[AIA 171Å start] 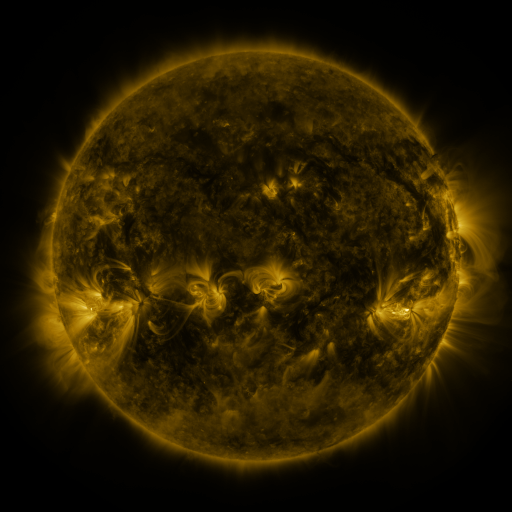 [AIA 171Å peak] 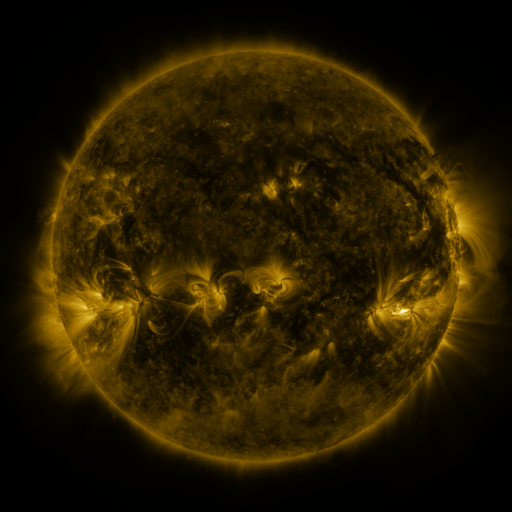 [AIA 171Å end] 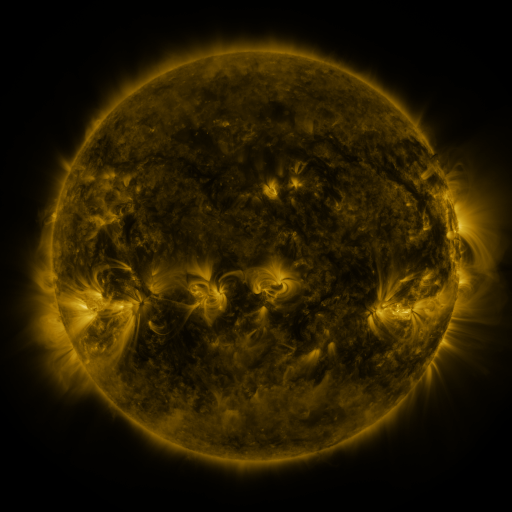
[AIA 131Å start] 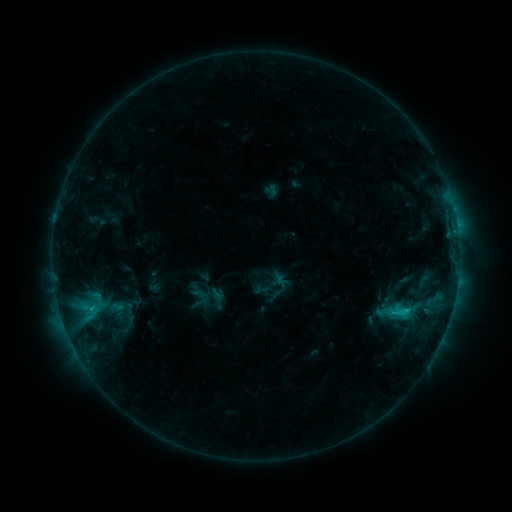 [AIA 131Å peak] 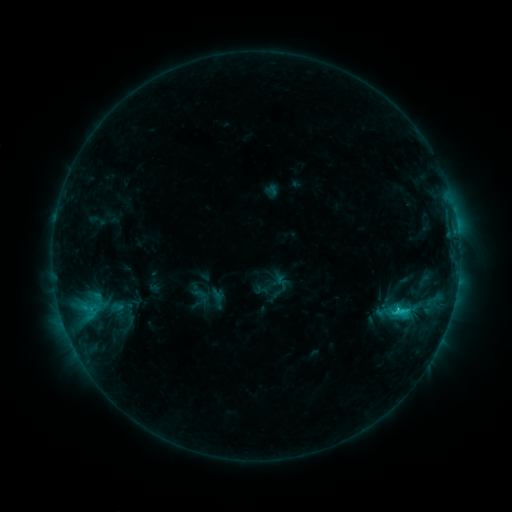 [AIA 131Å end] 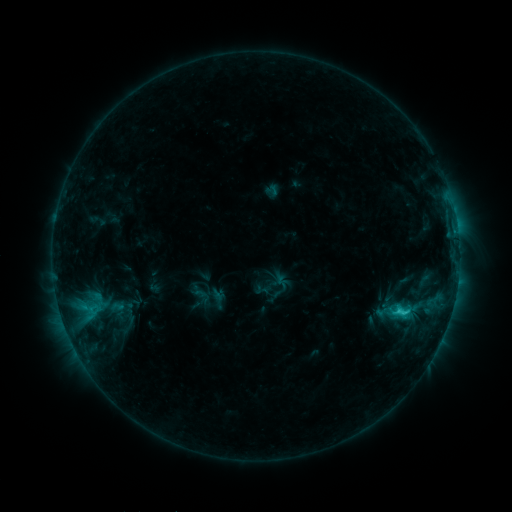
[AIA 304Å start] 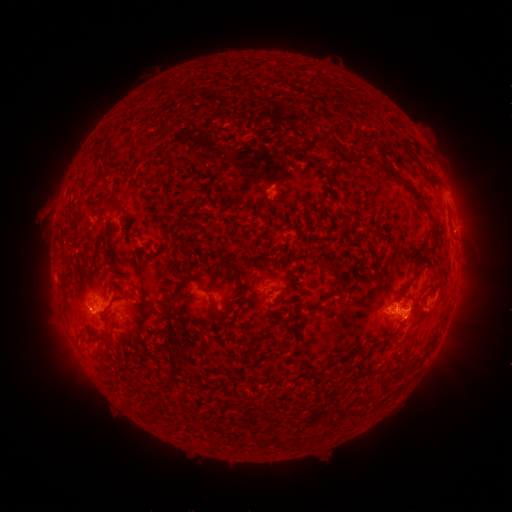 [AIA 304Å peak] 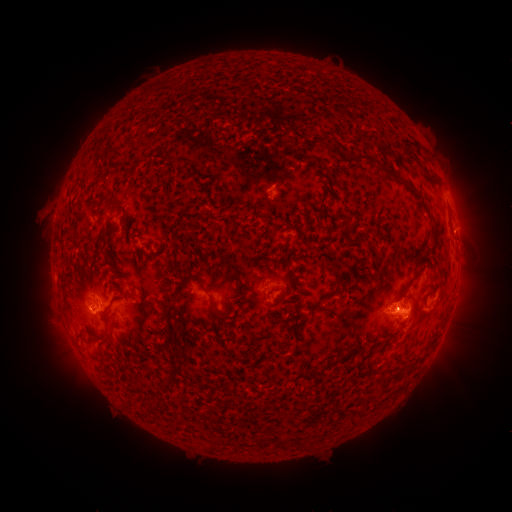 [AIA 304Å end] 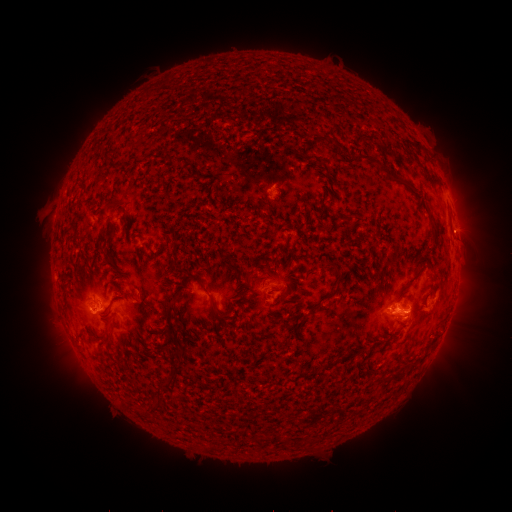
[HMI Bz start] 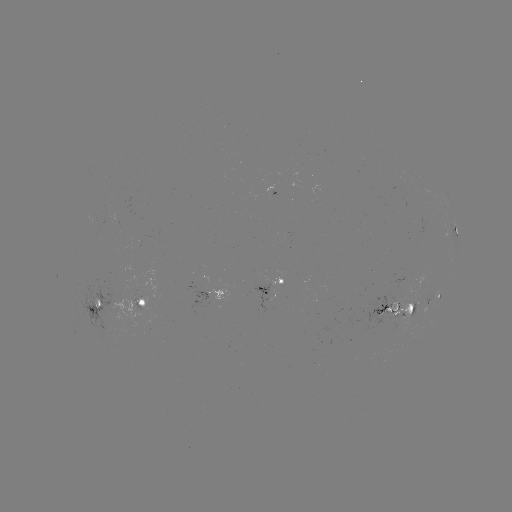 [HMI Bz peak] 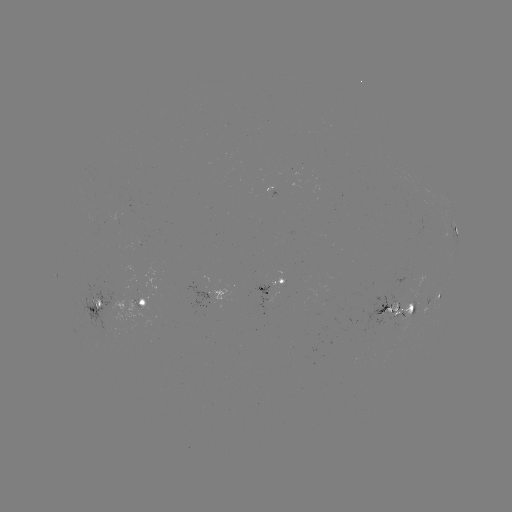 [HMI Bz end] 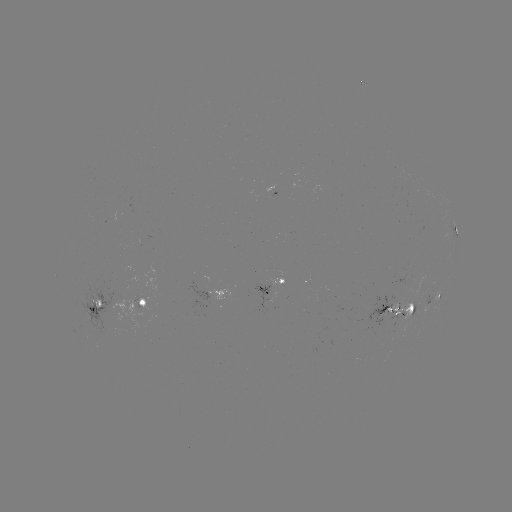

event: flare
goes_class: C2.3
